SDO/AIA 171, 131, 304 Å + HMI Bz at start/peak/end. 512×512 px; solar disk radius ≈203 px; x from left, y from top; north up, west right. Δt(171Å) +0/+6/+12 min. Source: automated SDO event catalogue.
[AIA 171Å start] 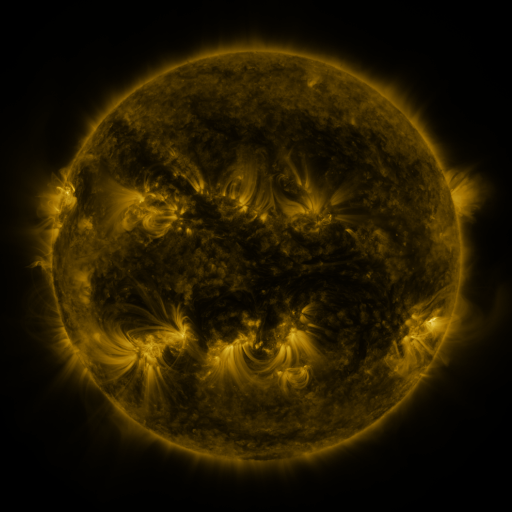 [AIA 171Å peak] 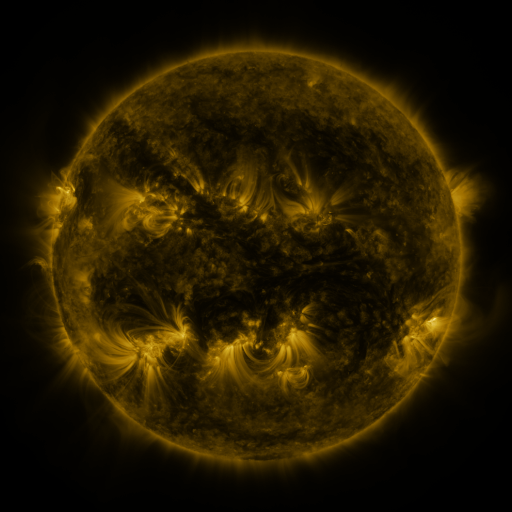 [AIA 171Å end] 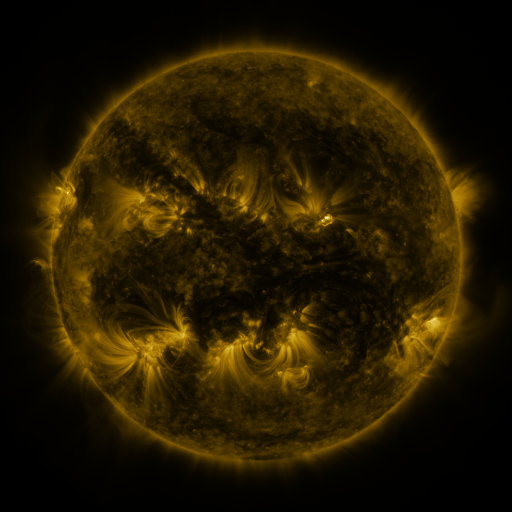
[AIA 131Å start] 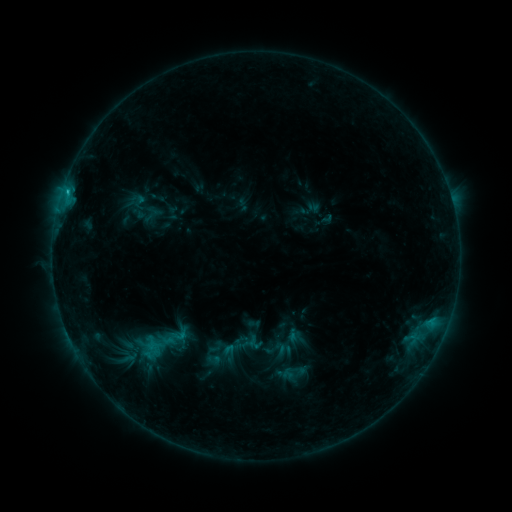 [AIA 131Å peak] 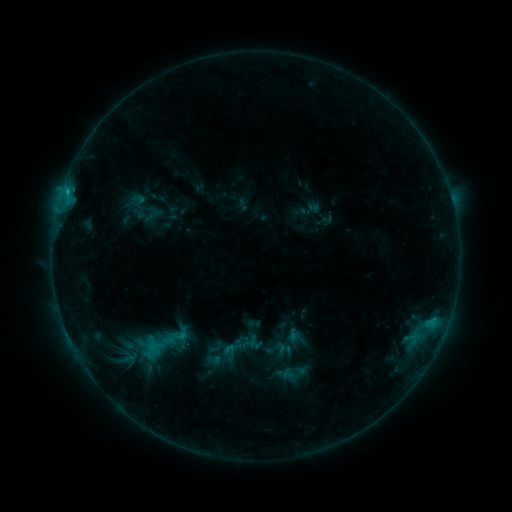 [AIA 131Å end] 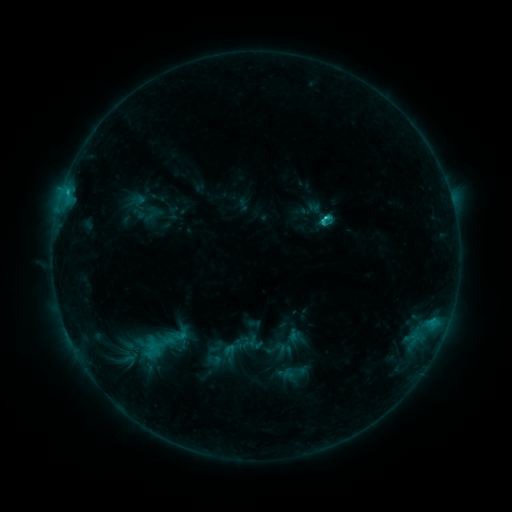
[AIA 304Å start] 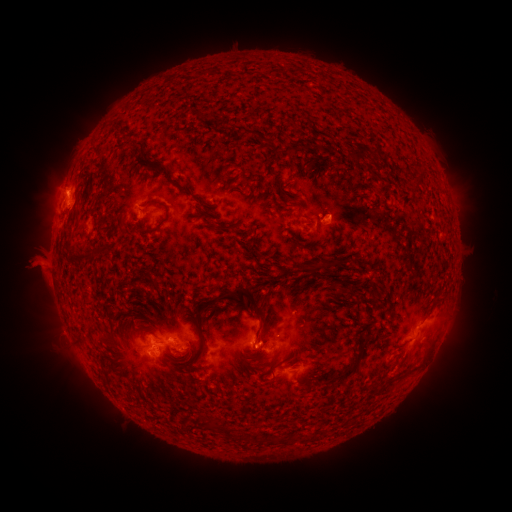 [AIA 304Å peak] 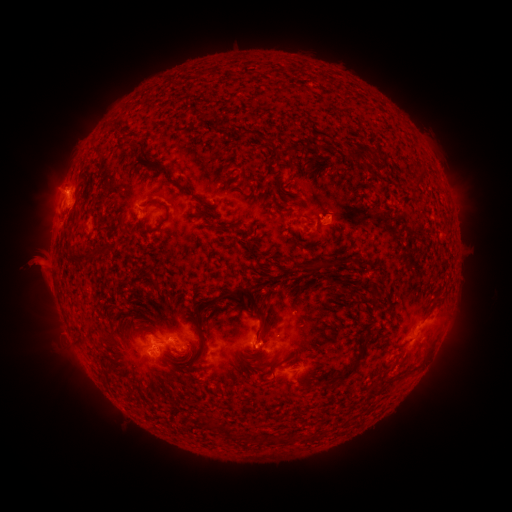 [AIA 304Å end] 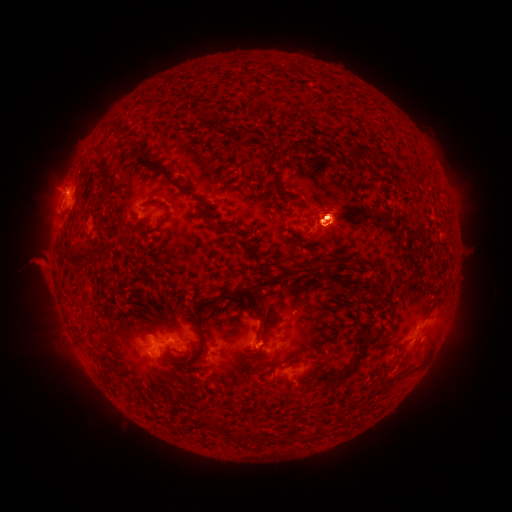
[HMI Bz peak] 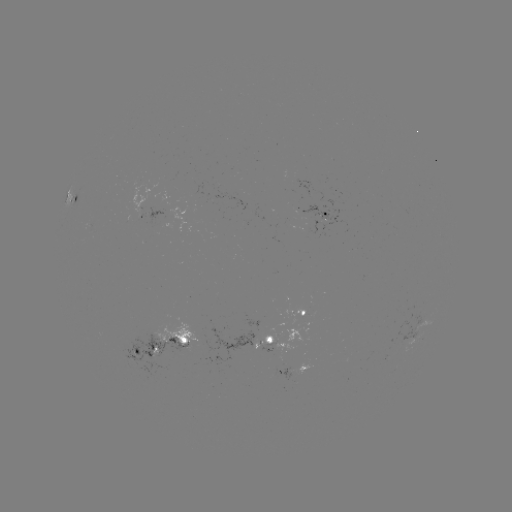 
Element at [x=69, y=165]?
eruption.